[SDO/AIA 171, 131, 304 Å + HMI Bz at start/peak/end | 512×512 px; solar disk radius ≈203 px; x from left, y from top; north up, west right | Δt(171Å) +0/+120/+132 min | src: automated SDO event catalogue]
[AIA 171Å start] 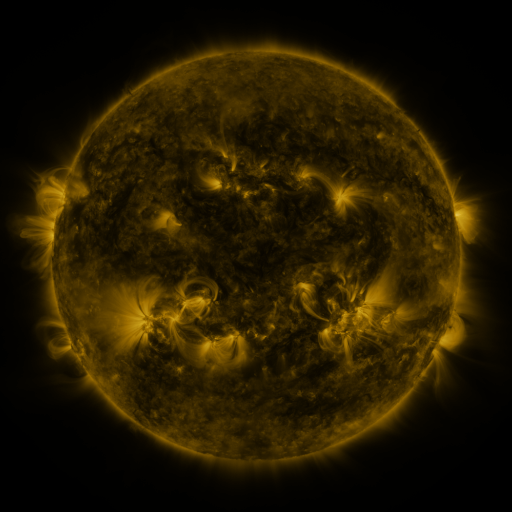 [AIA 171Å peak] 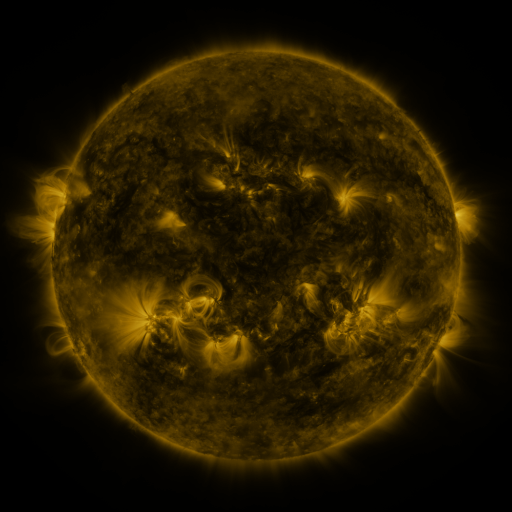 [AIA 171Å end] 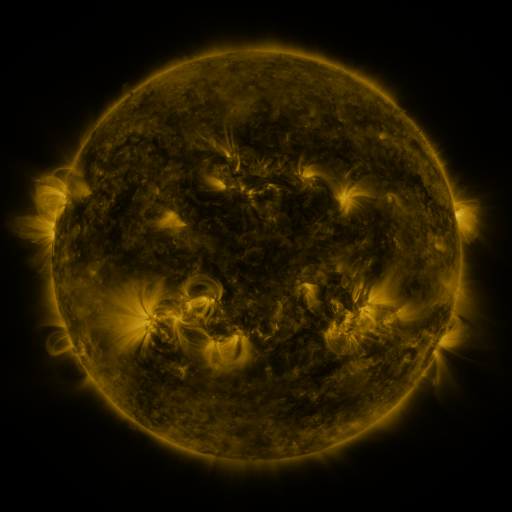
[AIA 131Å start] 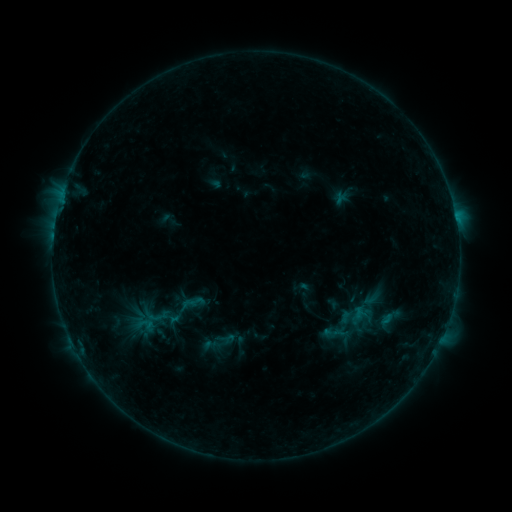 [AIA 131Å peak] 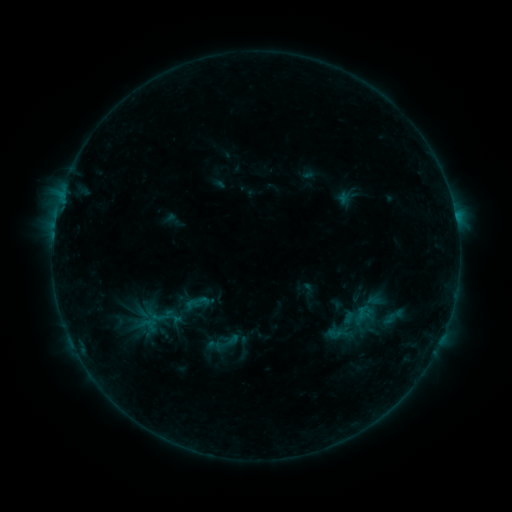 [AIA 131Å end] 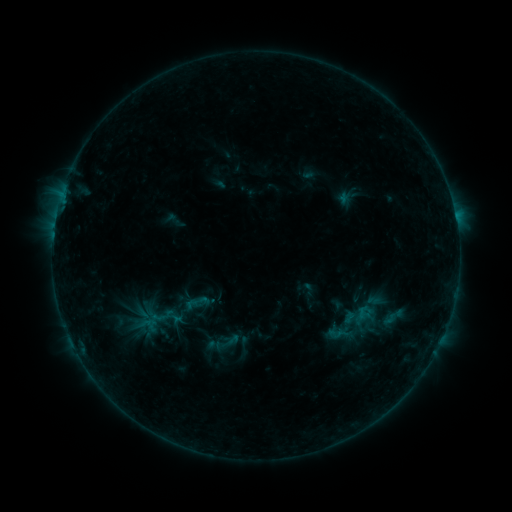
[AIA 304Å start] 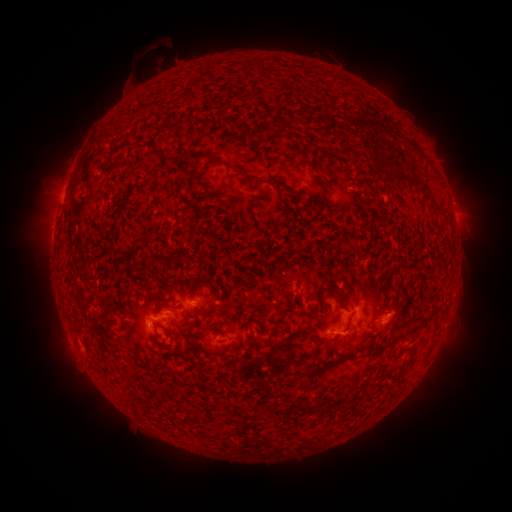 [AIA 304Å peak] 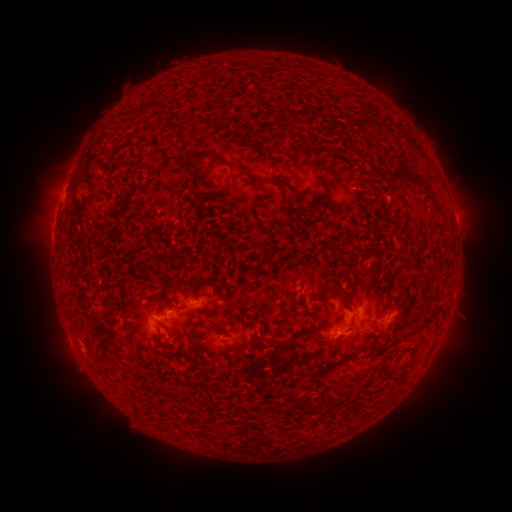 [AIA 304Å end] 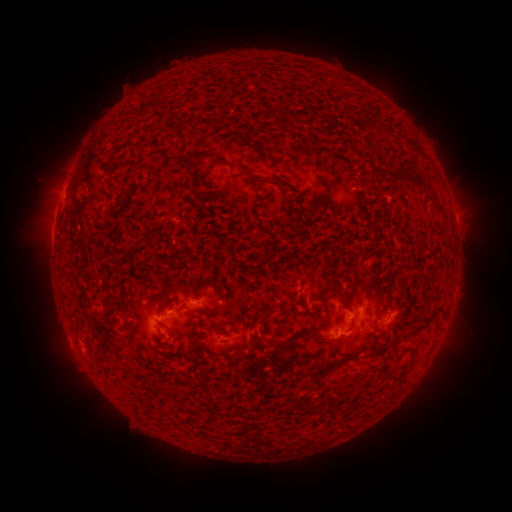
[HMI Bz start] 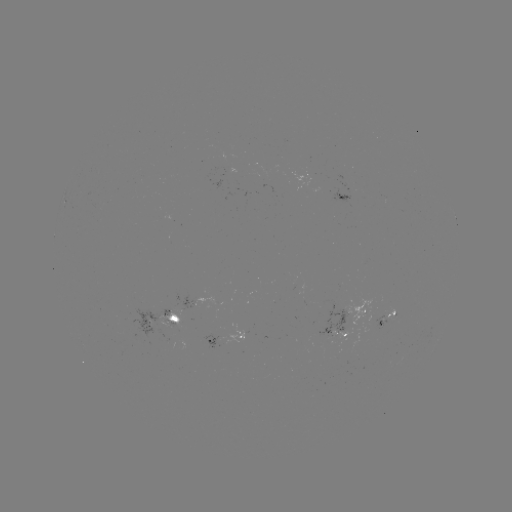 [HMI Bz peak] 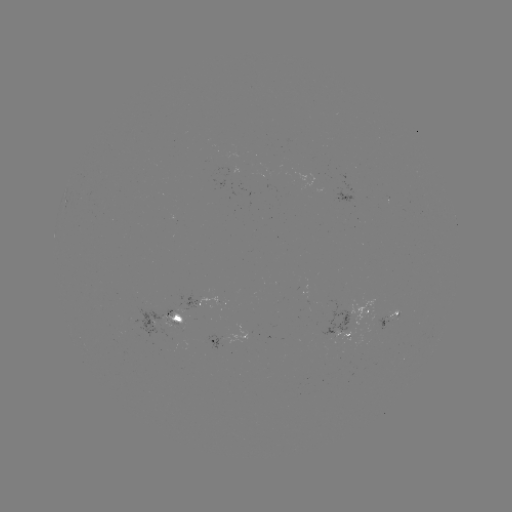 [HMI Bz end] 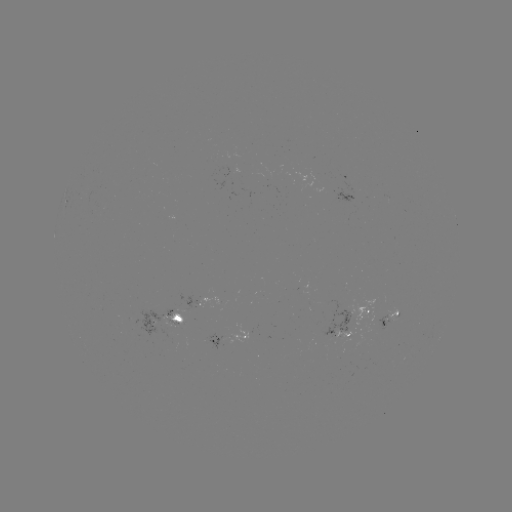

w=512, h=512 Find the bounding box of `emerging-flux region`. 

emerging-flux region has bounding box [181, 295, 201, 310].